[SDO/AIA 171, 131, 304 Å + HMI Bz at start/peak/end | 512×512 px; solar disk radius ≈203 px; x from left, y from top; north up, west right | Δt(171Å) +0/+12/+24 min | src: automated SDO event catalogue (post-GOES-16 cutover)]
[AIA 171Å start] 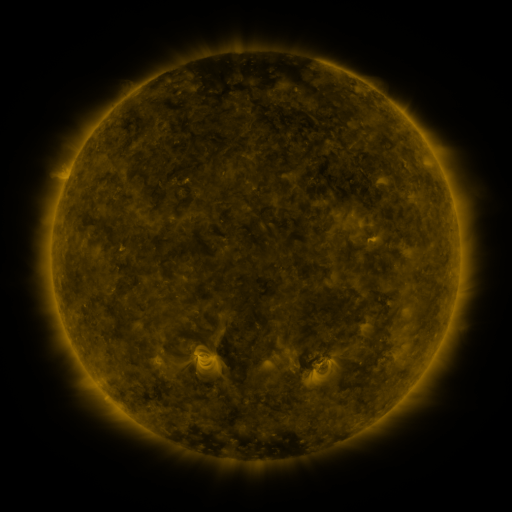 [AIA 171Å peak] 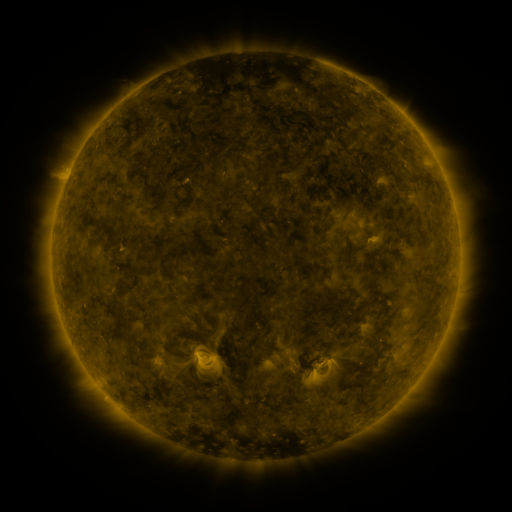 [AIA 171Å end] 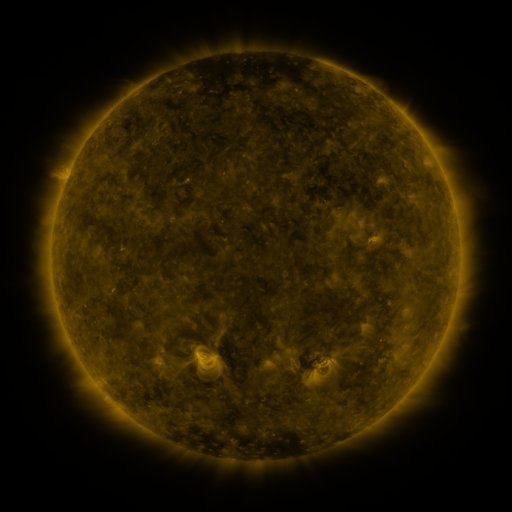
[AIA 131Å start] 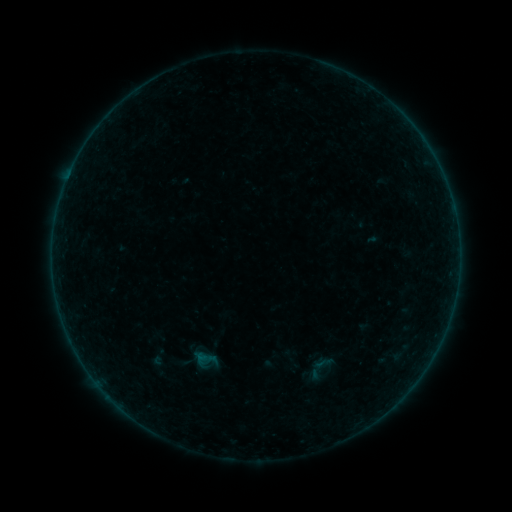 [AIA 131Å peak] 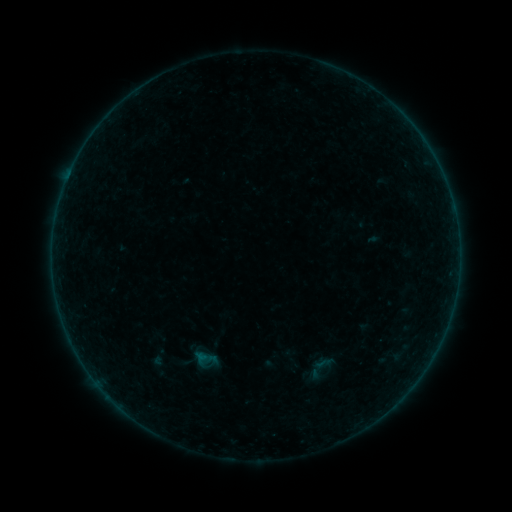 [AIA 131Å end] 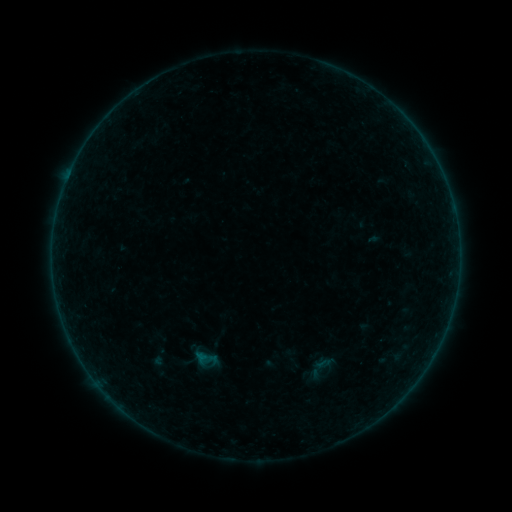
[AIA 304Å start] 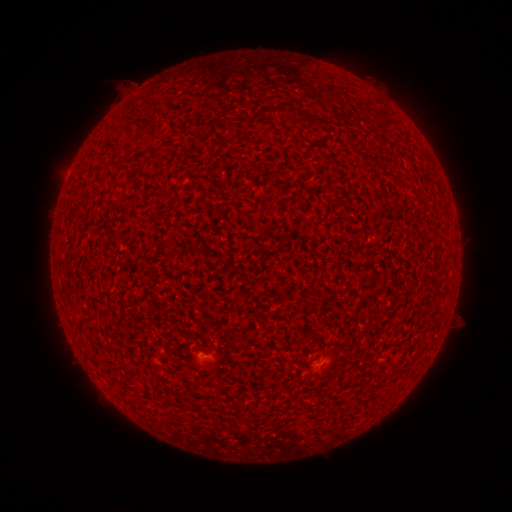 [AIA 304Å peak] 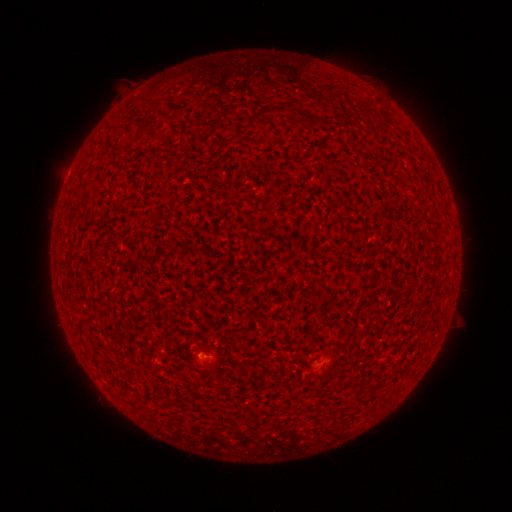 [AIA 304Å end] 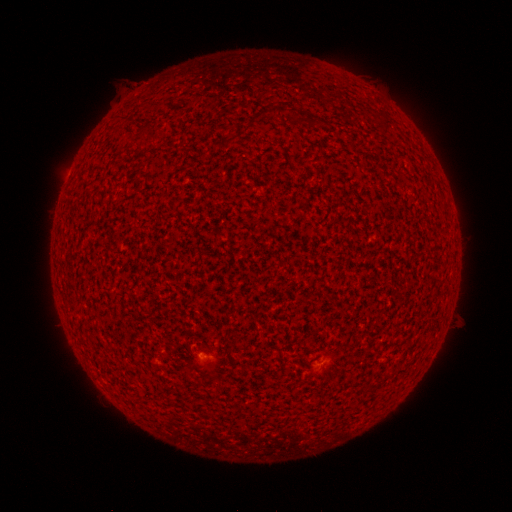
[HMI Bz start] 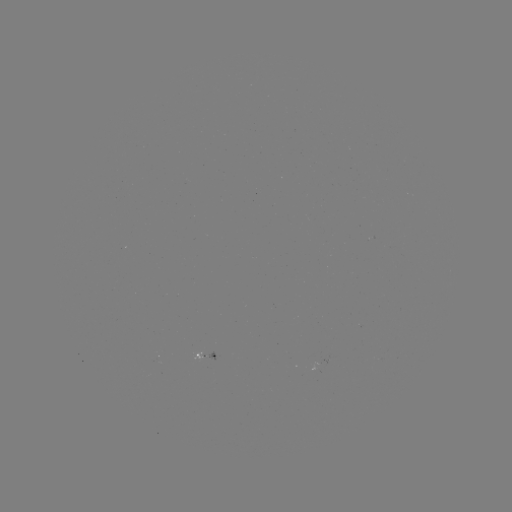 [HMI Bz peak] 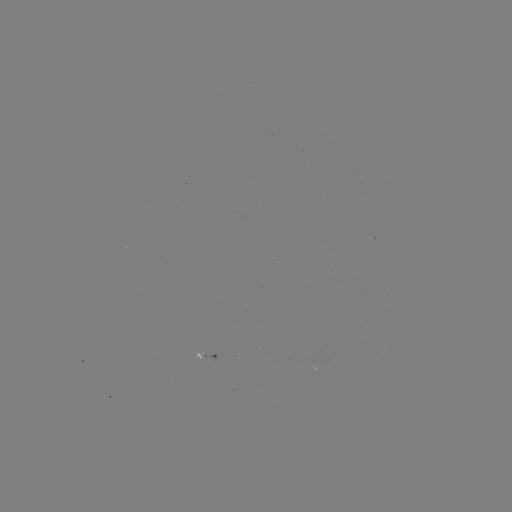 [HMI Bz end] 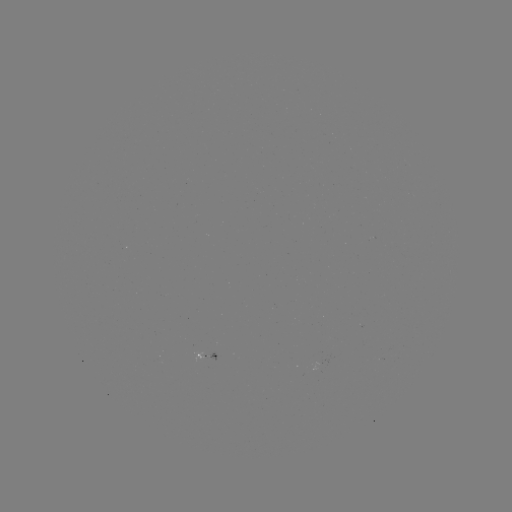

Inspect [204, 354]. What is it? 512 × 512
A3.8 flare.